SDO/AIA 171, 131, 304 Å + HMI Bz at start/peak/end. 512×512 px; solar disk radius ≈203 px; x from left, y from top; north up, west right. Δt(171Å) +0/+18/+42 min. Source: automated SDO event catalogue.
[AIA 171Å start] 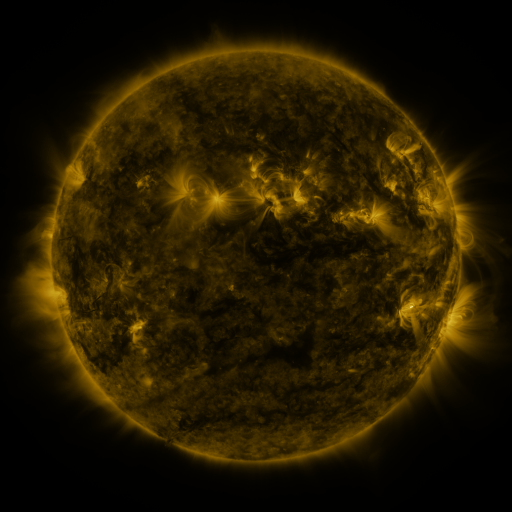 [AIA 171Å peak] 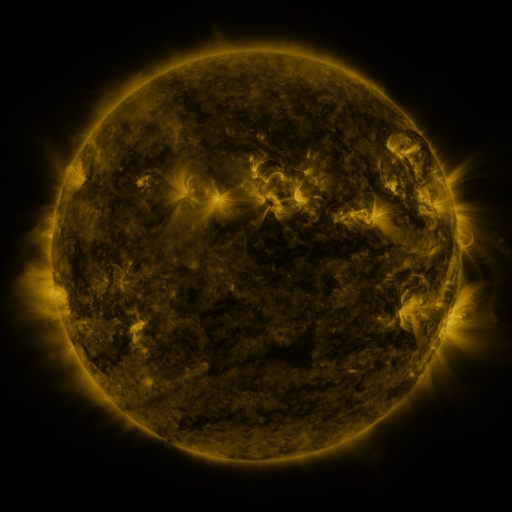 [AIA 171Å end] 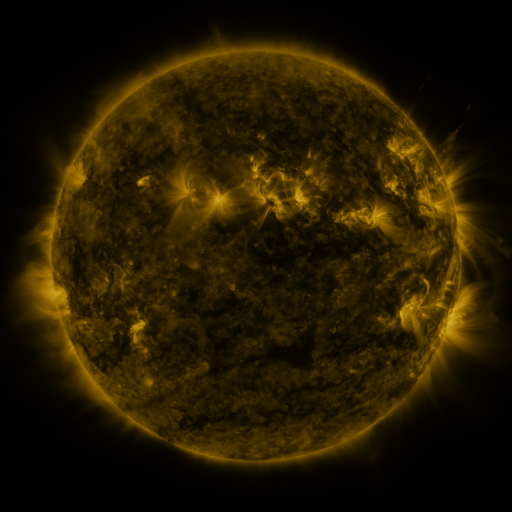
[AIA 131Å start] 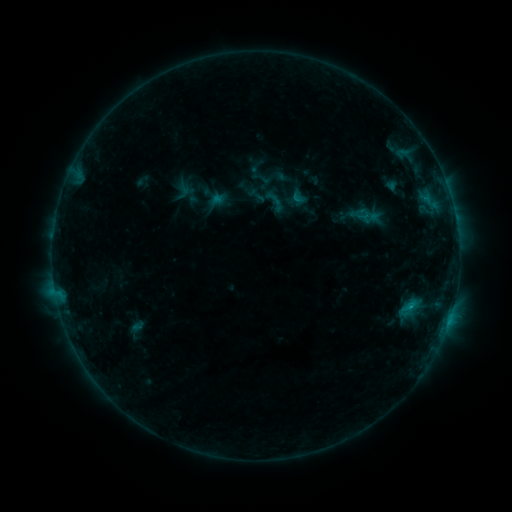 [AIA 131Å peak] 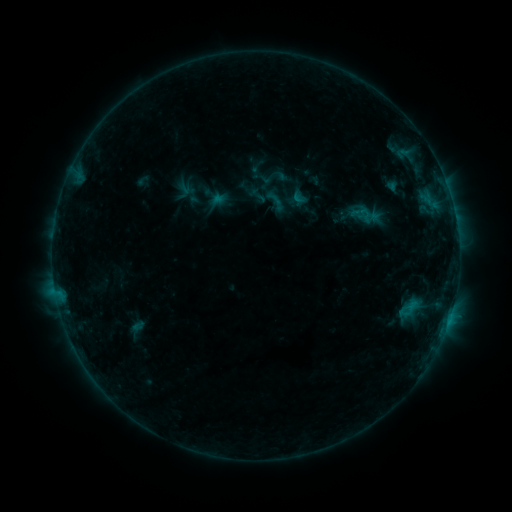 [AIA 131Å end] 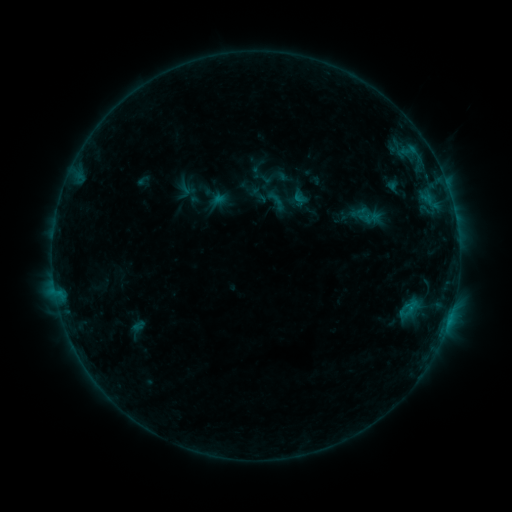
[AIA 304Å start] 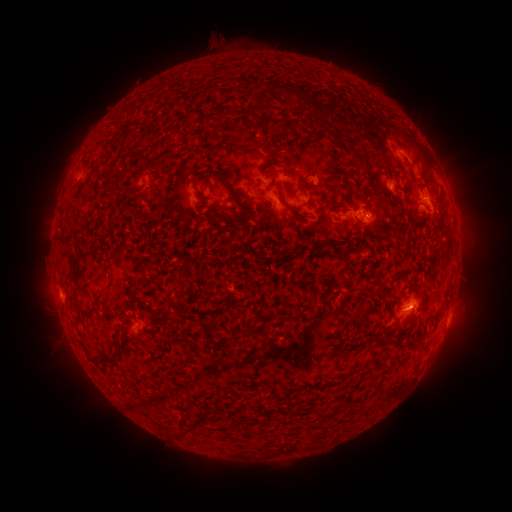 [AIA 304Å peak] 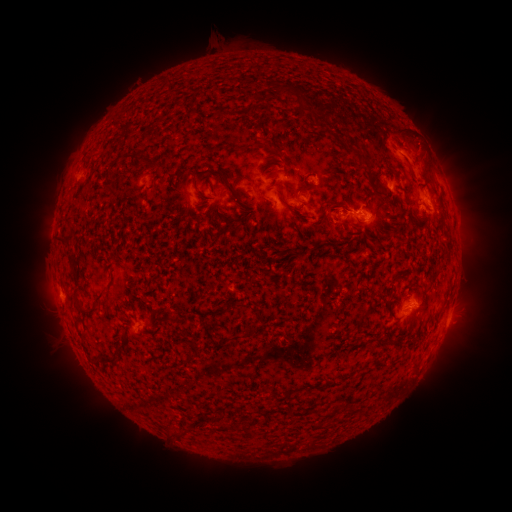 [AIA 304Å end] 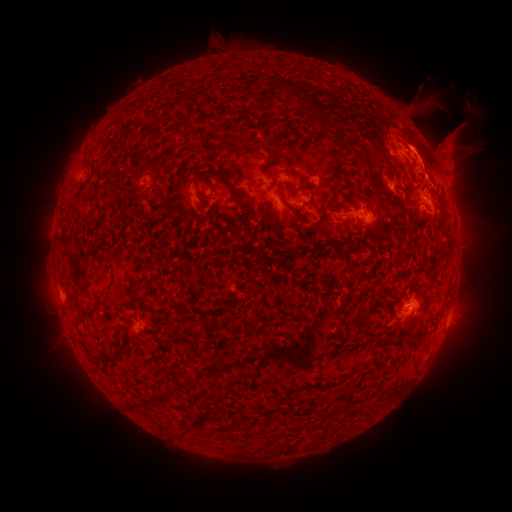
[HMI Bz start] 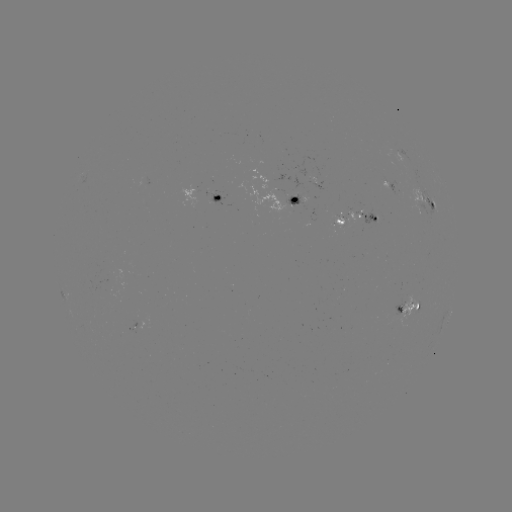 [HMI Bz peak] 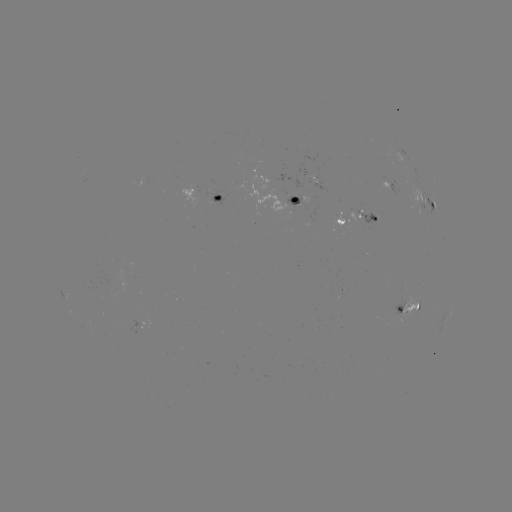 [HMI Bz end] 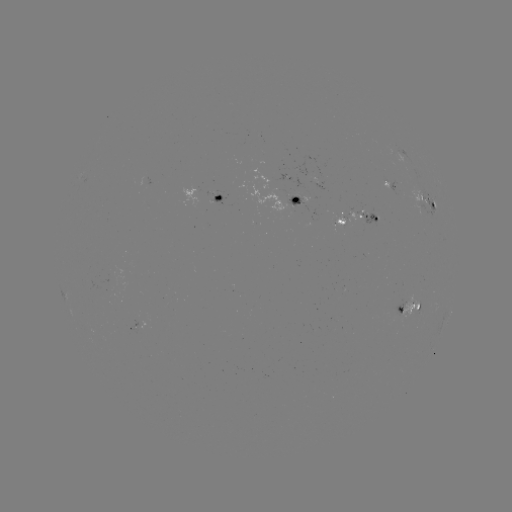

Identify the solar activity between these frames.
eruption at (439, 145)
